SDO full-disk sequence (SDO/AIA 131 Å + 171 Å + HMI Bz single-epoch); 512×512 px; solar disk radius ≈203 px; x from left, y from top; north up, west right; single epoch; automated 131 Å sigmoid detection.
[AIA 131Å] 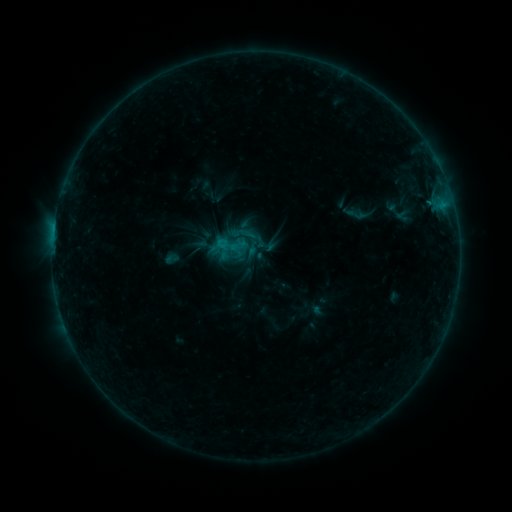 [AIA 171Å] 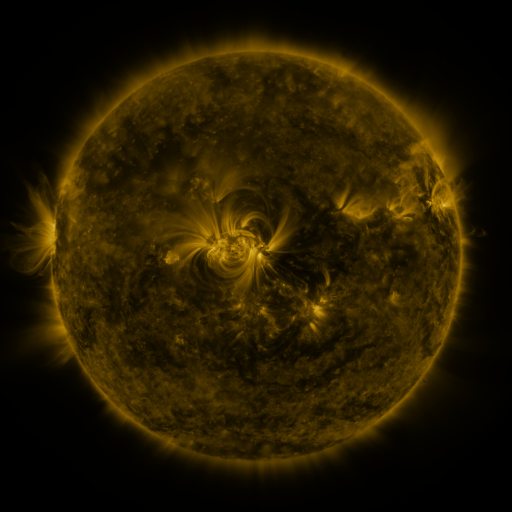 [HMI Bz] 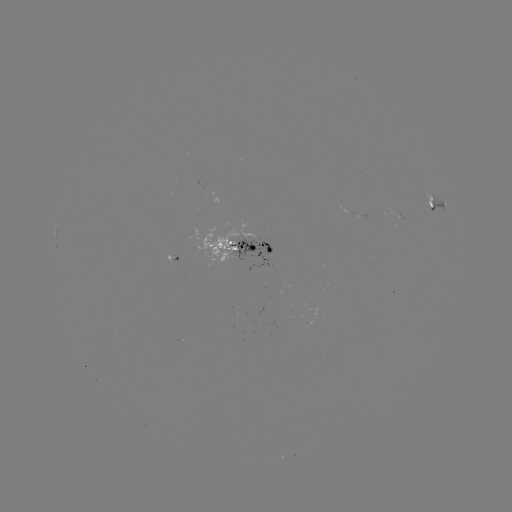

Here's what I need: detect sigmoid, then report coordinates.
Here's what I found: sigmoid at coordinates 253,244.